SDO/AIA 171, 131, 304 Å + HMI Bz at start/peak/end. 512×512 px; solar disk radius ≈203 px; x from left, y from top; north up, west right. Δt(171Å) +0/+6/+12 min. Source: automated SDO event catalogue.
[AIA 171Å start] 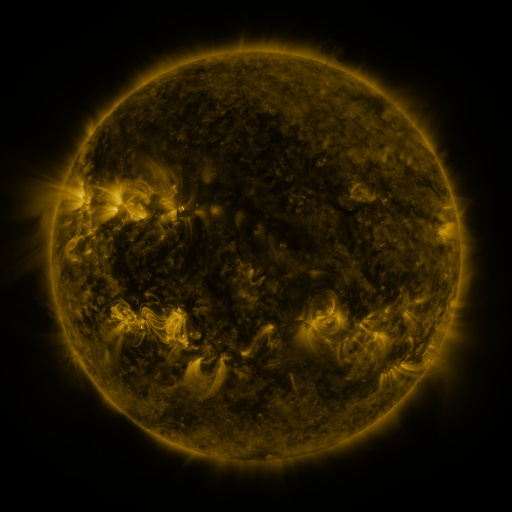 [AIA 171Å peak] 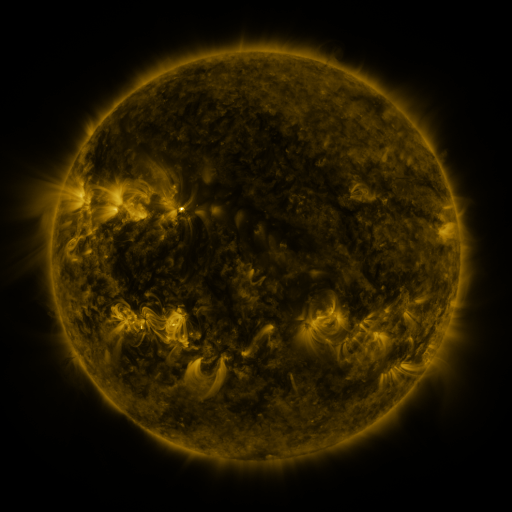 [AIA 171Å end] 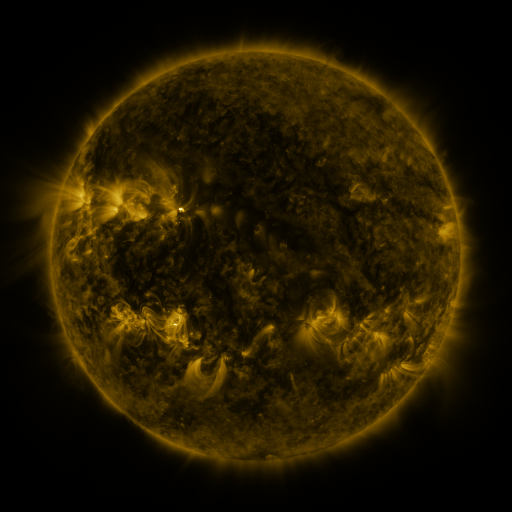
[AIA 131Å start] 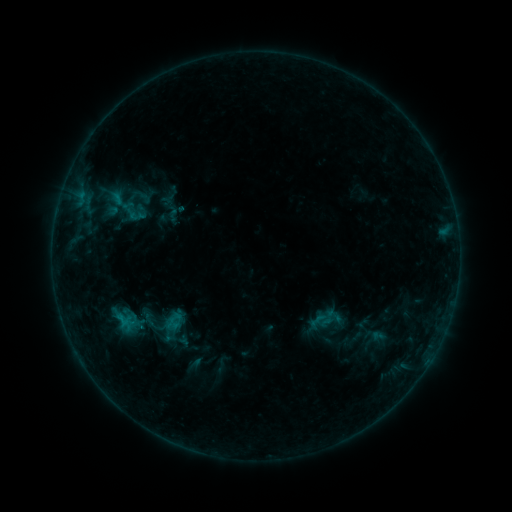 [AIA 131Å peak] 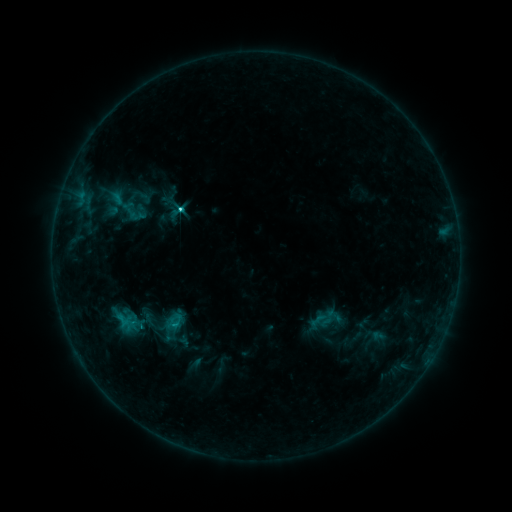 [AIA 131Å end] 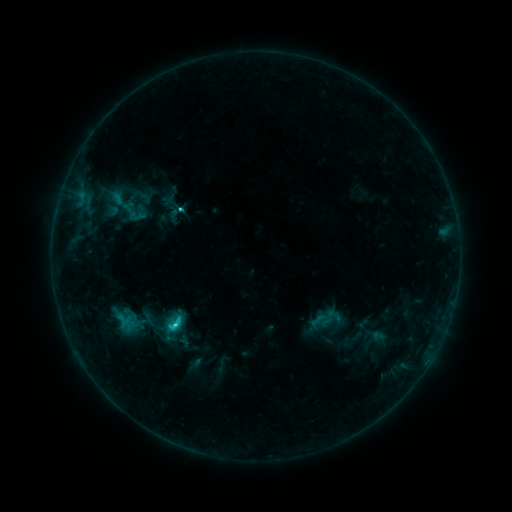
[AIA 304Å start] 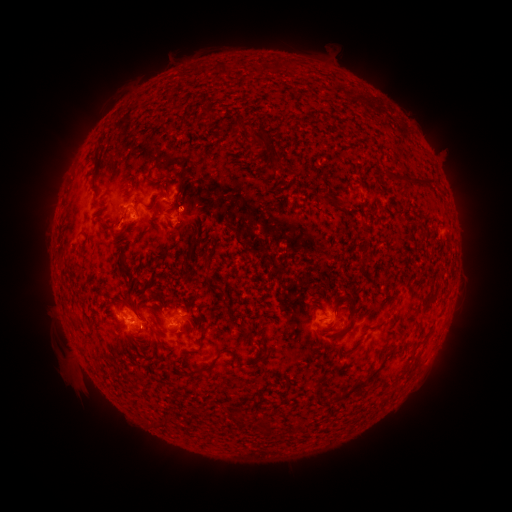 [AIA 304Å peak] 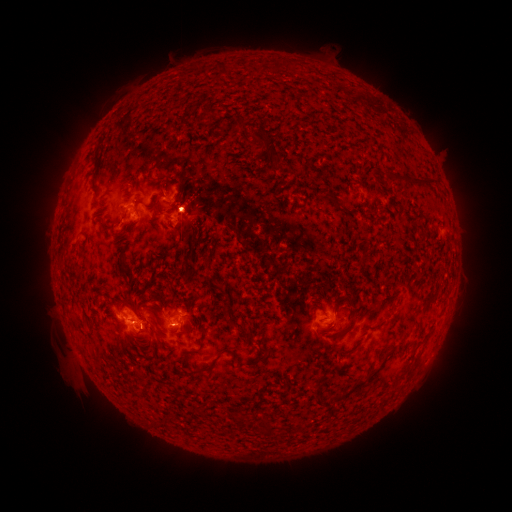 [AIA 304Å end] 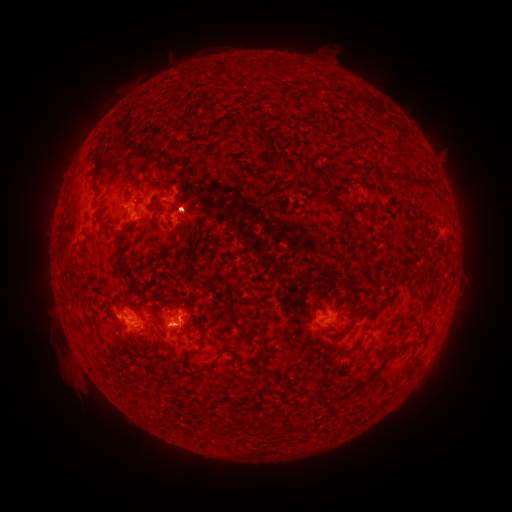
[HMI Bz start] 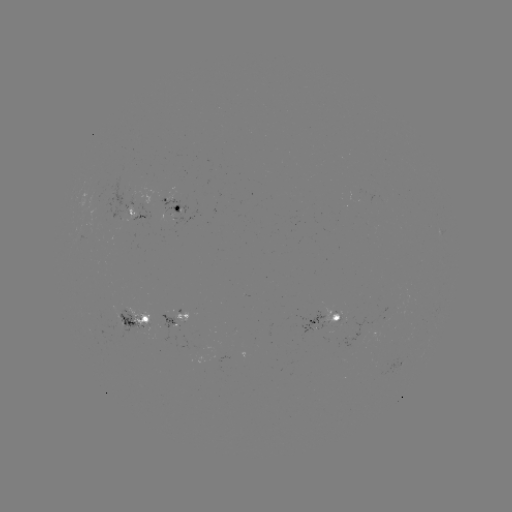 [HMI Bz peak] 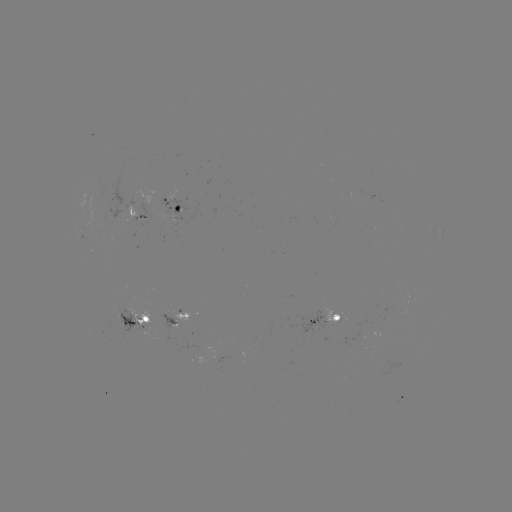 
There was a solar flare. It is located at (182, 212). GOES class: C2.7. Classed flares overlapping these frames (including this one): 1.